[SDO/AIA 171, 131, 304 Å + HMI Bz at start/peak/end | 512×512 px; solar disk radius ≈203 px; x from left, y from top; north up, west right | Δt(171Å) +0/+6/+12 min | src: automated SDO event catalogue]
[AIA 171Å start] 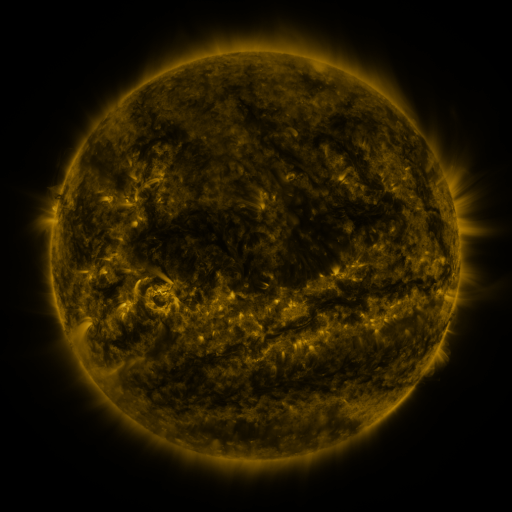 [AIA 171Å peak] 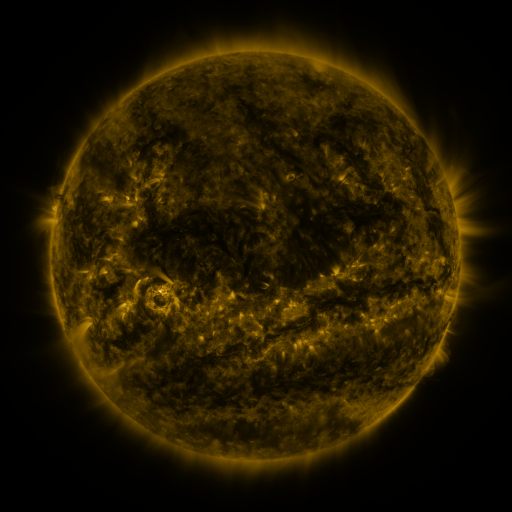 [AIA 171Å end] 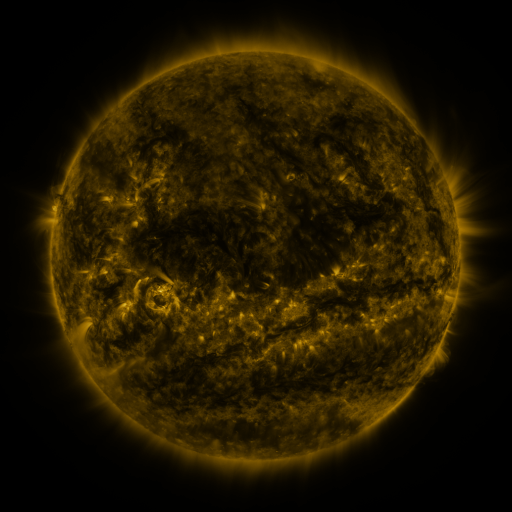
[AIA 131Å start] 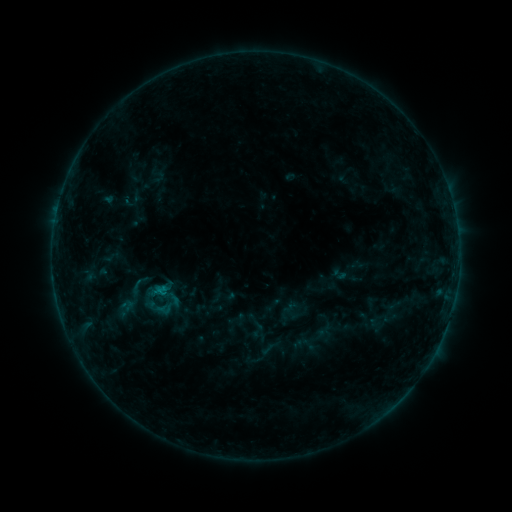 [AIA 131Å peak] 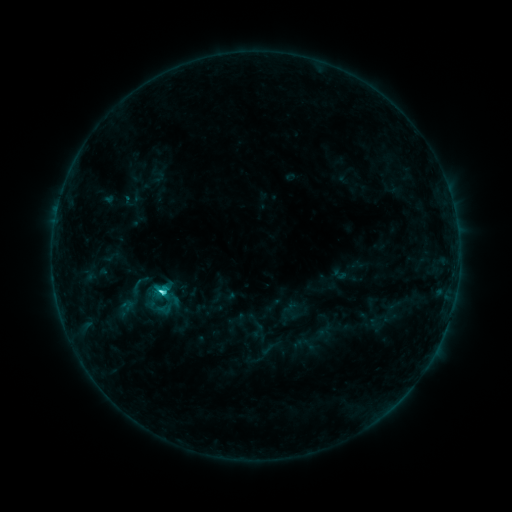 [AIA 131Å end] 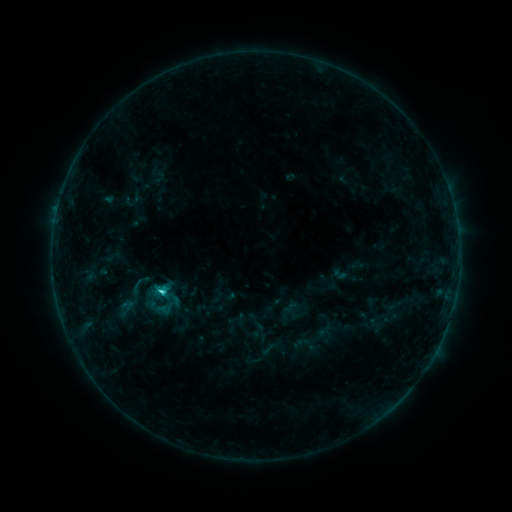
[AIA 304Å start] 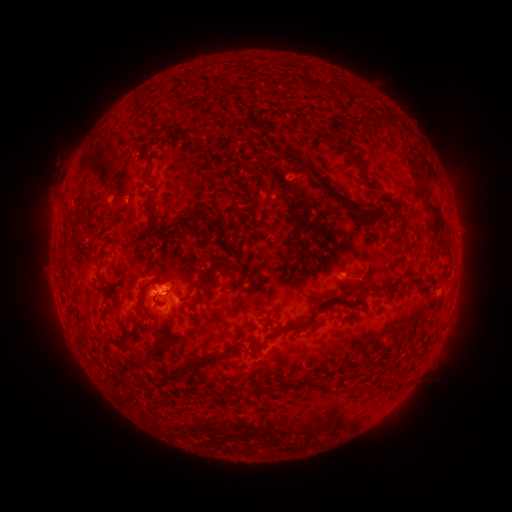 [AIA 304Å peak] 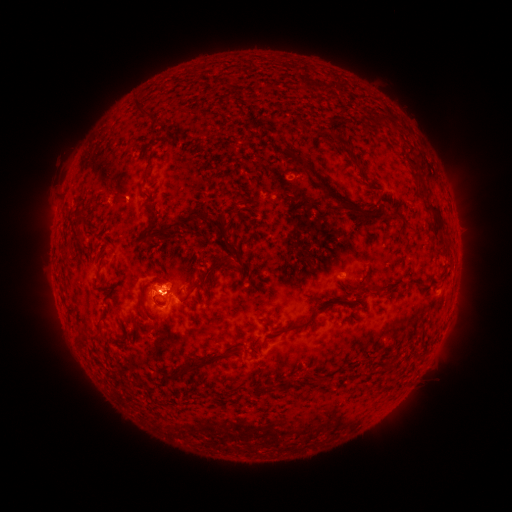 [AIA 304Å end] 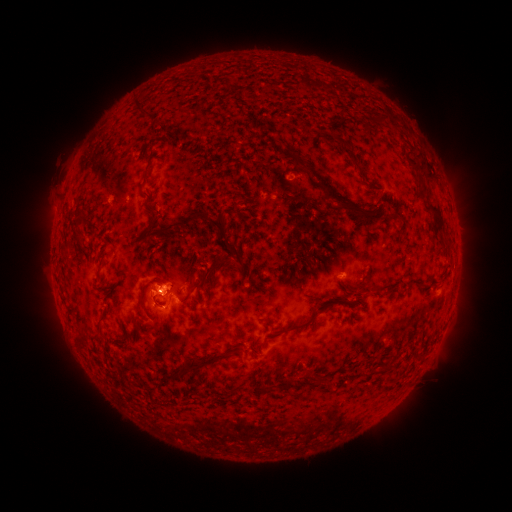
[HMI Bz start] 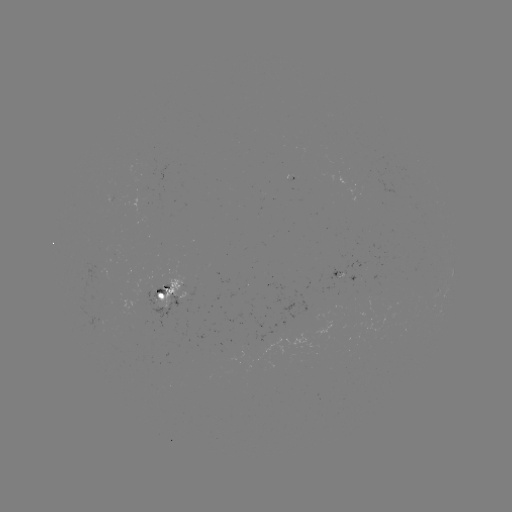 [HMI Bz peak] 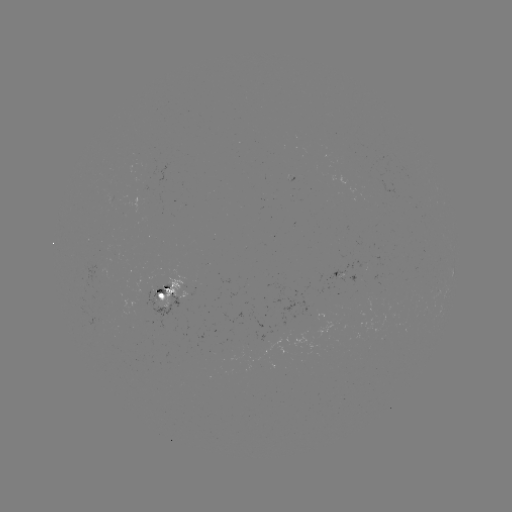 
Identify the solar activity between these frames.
C2.8 flare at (163, 289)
